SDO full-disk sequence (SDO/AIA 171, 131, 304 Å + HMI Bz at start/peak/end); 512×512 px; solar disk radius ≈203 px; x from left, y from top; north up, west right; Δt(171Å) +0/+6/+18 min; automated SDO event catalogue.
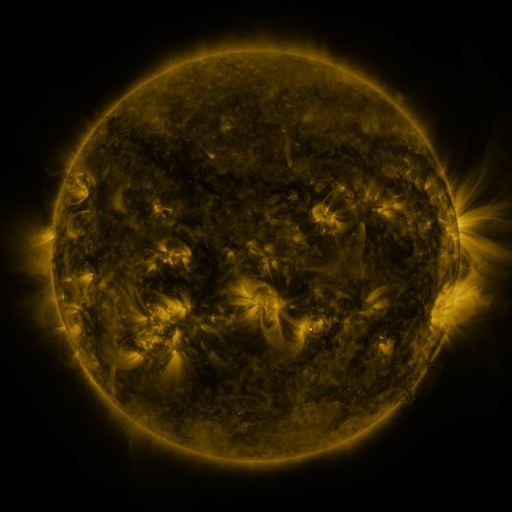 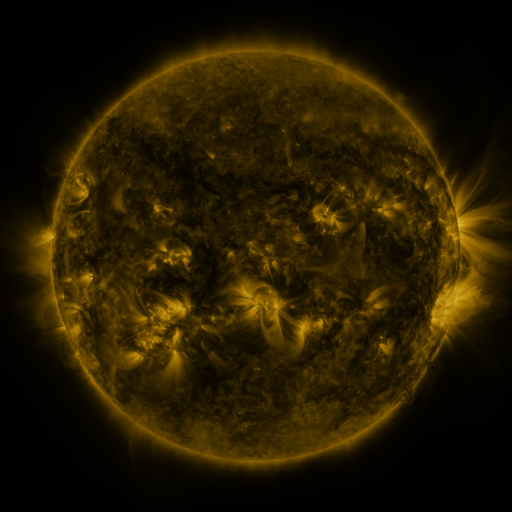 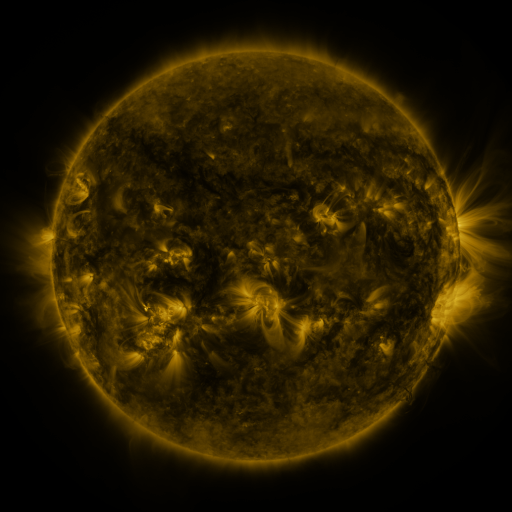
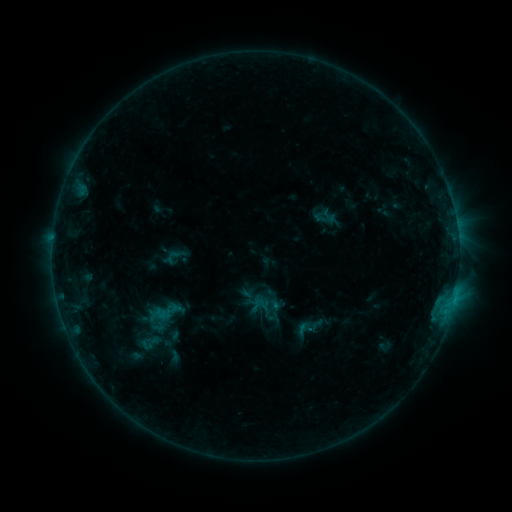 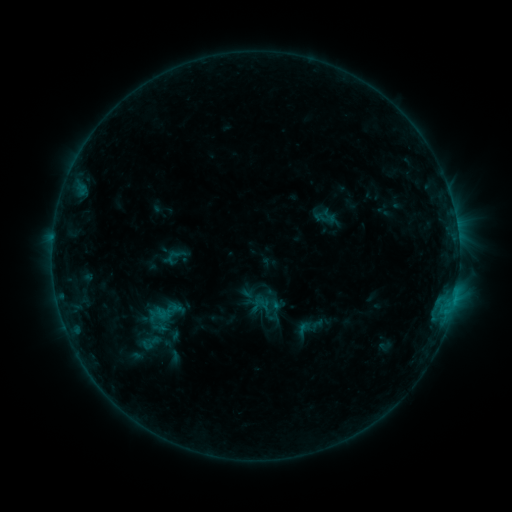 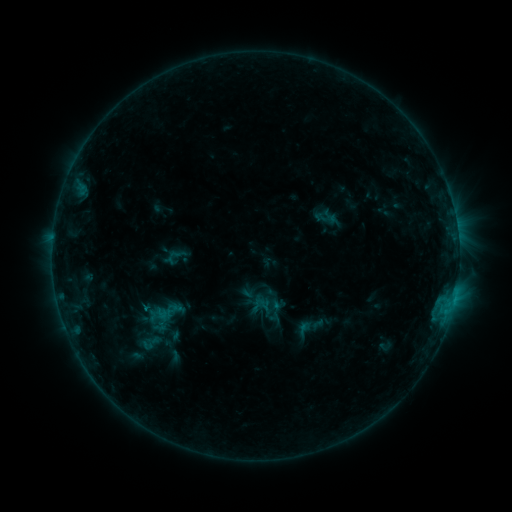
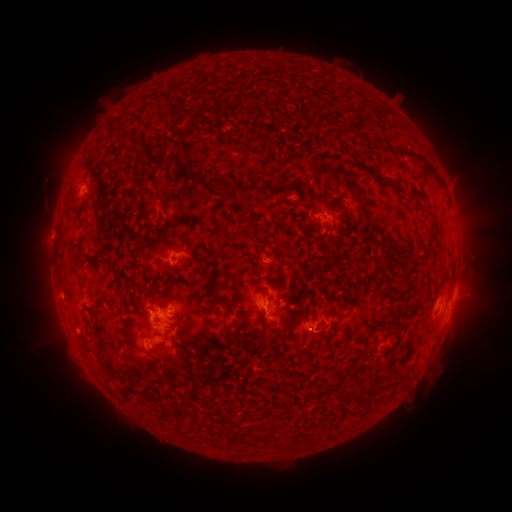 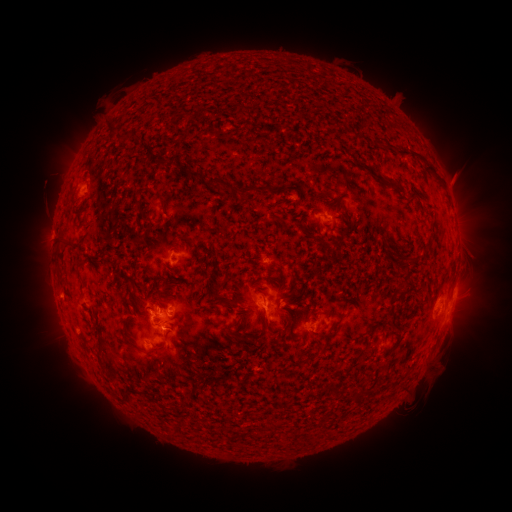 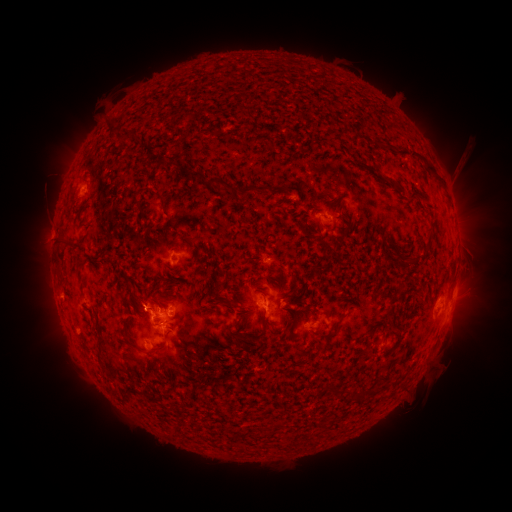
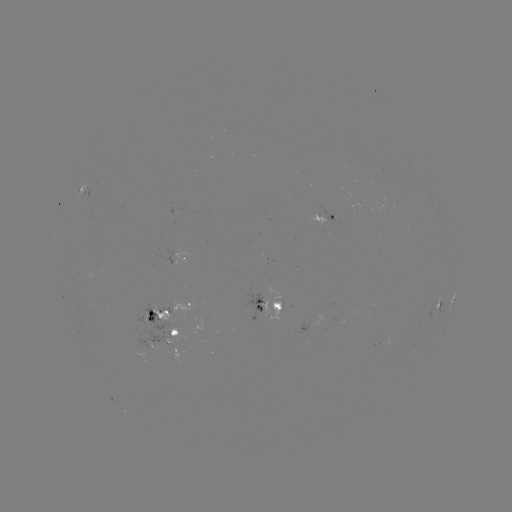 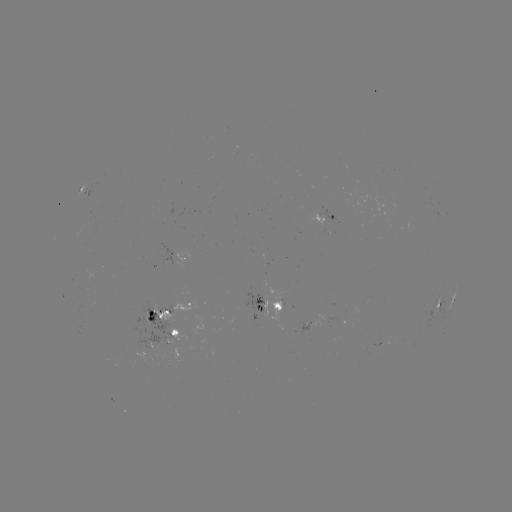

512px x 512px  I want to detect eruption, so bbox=[437, 151, 478, 202].